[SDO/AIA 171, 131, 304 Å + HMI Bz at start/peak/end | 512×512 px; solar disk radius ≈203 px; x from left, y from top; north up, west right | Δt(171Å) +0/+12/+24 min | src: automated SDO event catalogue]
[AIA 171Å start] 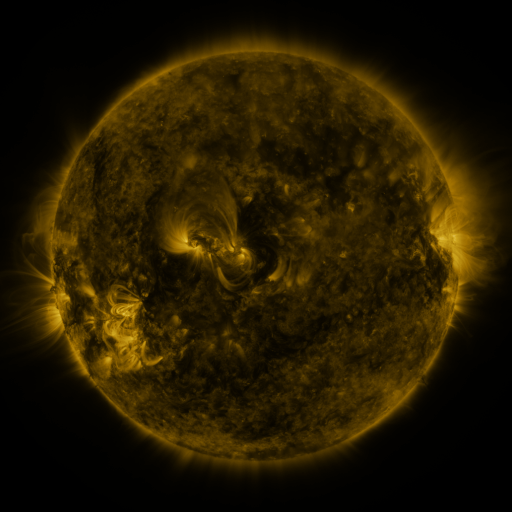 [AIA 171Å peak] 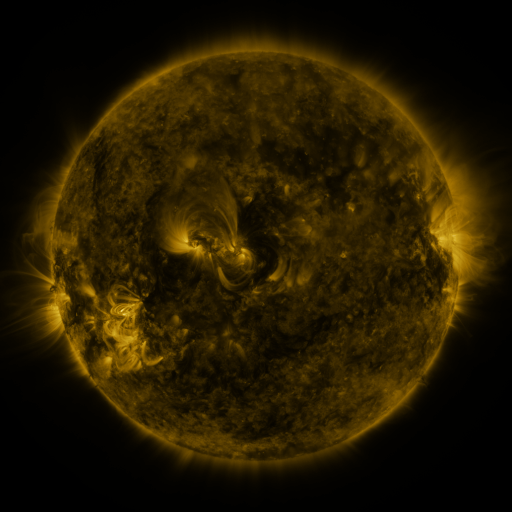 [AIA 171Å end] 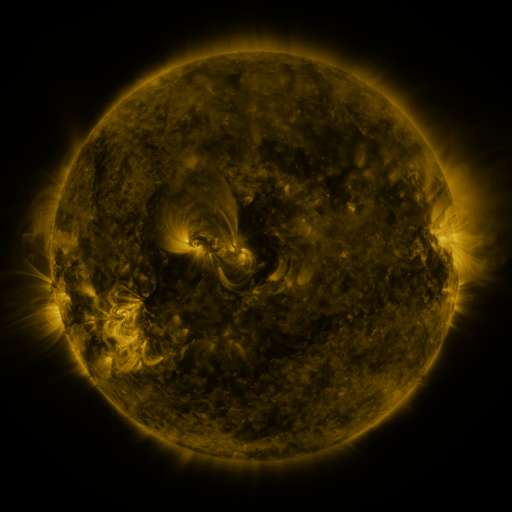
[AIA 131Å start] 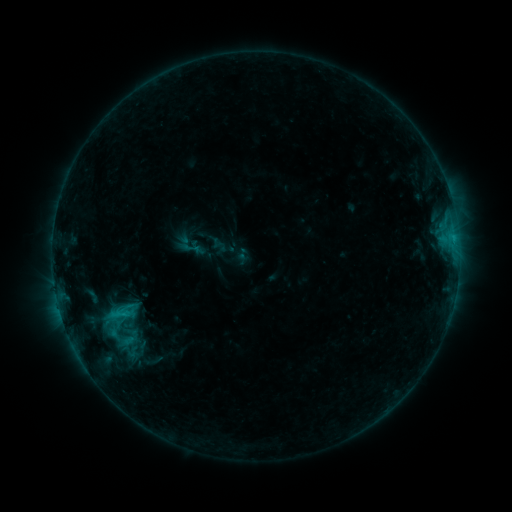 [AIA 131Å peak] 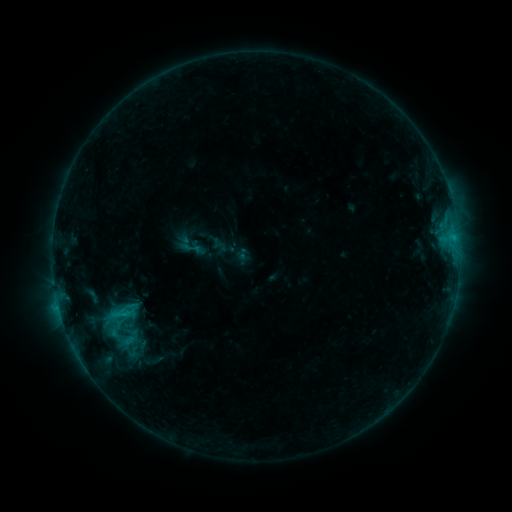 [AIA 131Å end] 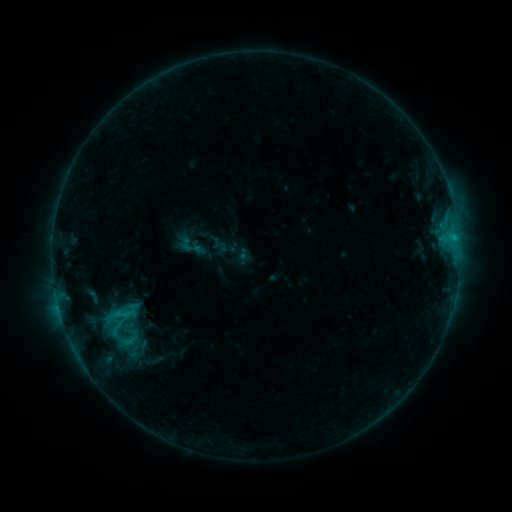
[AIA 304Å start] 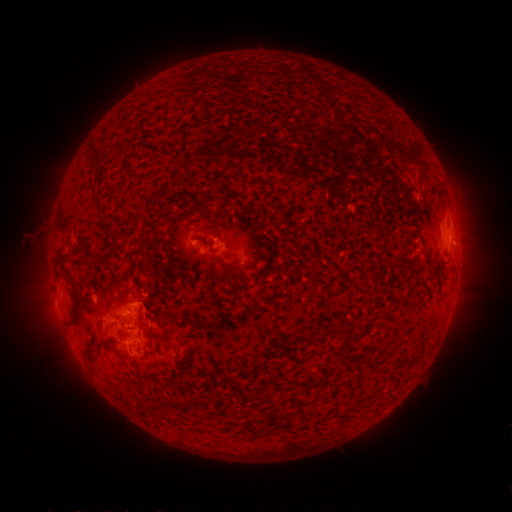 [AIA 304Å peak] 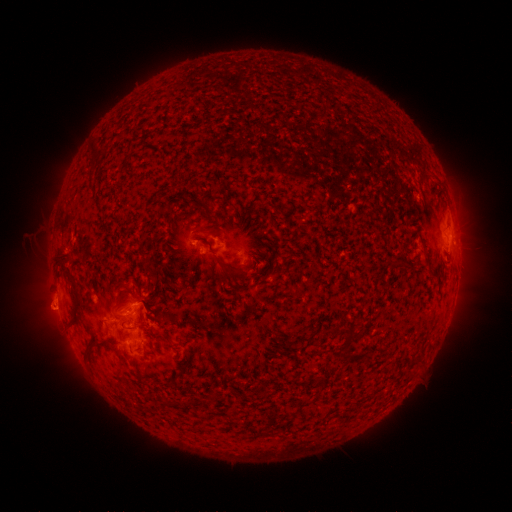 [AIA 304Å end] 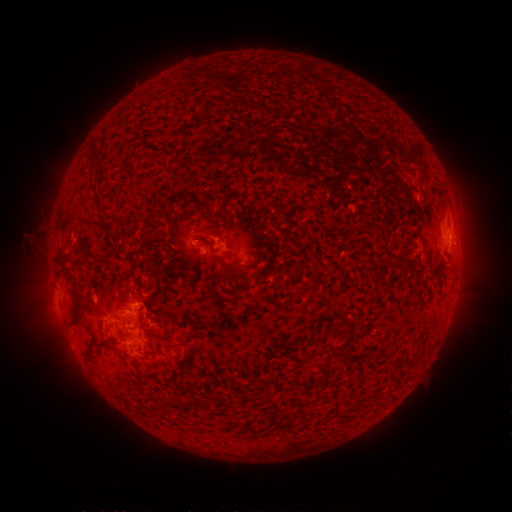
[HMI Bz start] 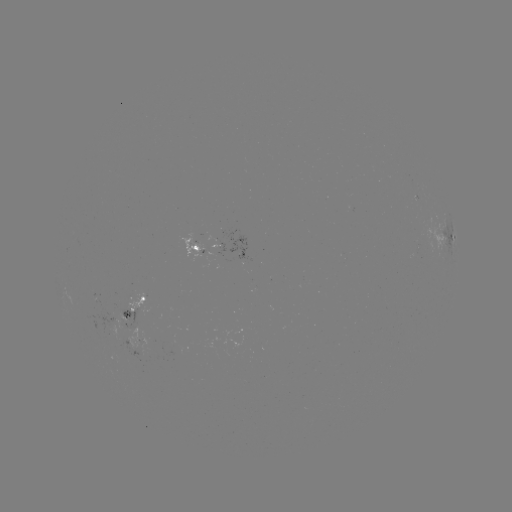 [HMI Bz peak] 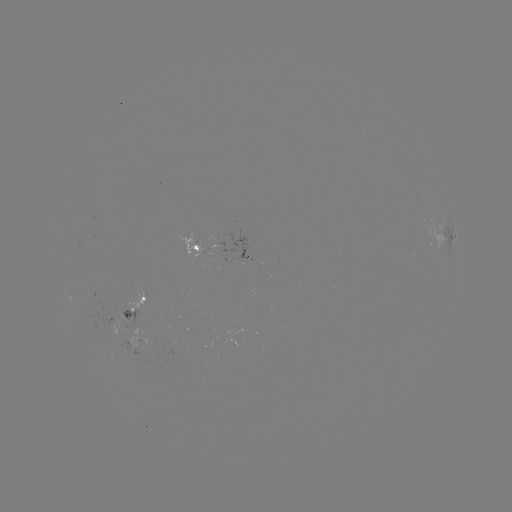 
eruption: (25, 283, 74, 332)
